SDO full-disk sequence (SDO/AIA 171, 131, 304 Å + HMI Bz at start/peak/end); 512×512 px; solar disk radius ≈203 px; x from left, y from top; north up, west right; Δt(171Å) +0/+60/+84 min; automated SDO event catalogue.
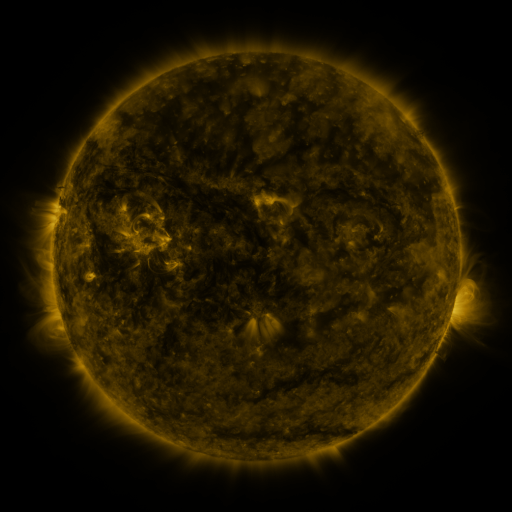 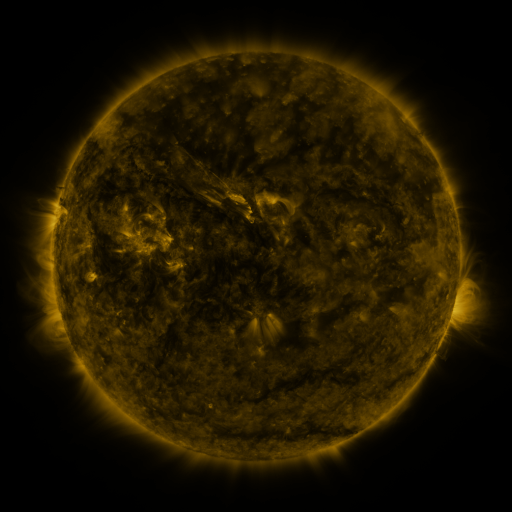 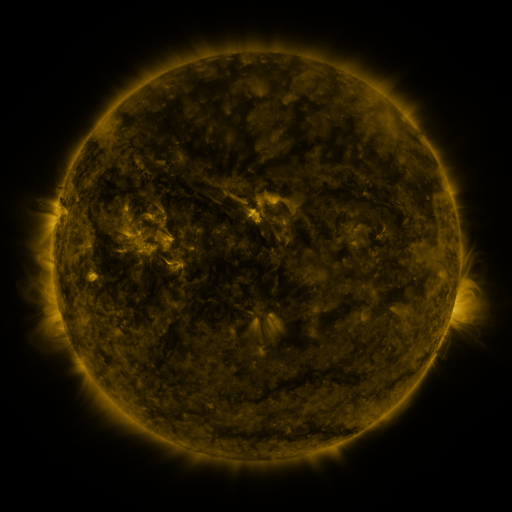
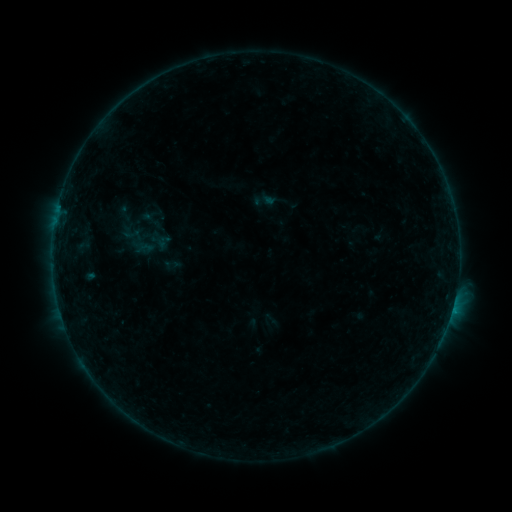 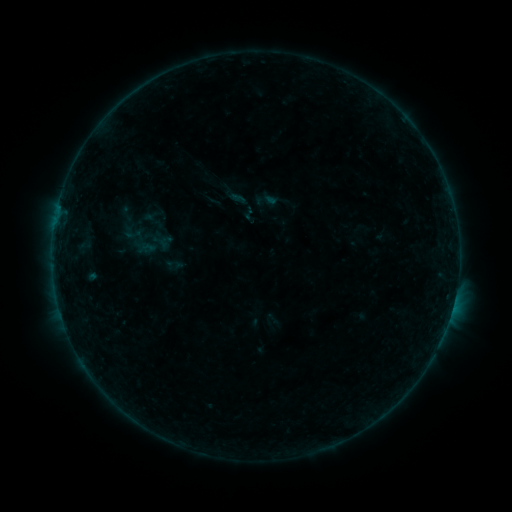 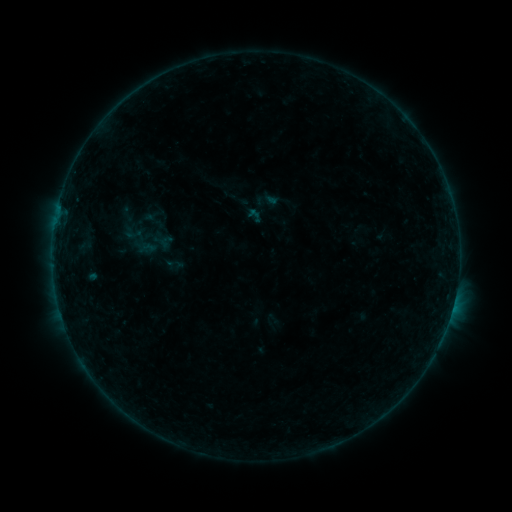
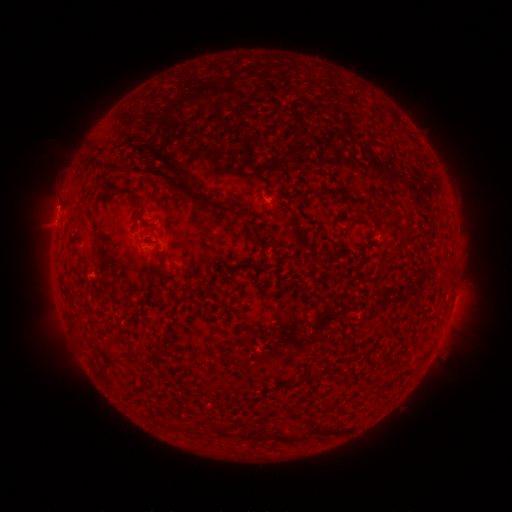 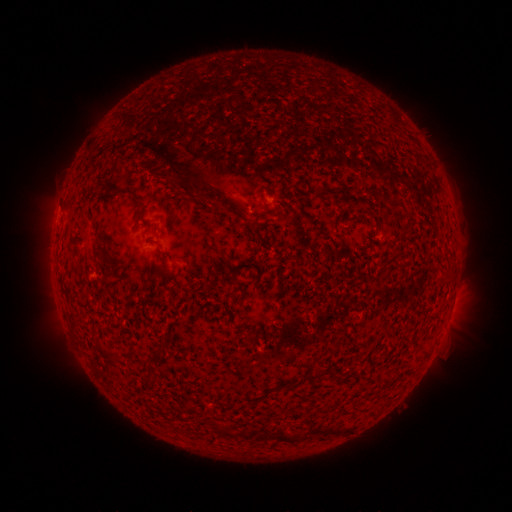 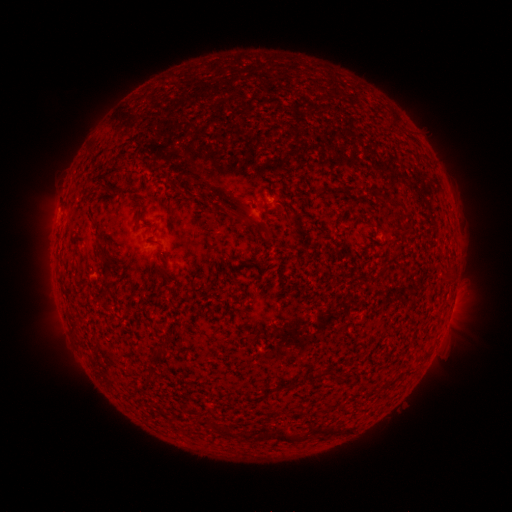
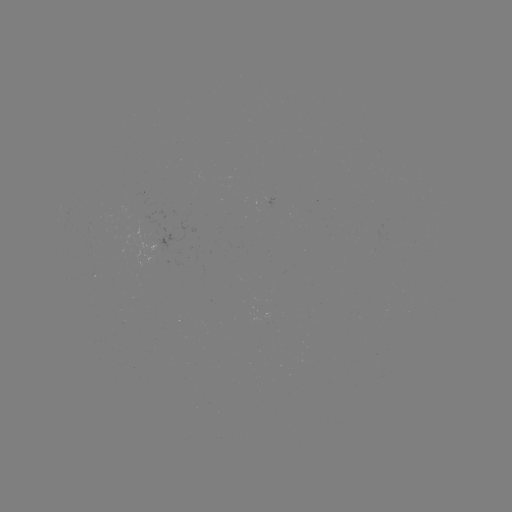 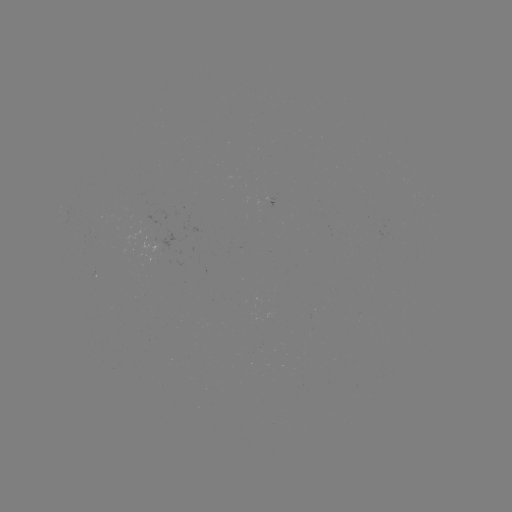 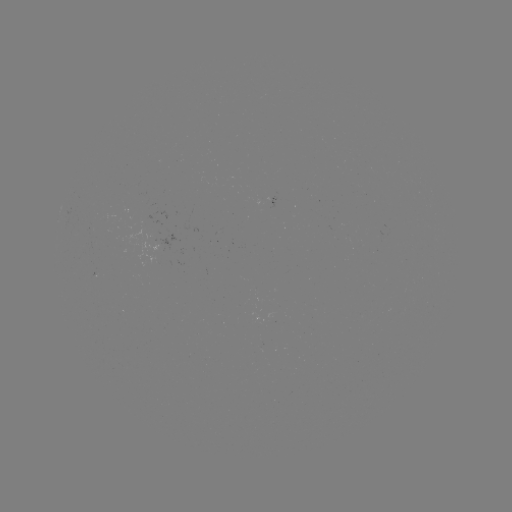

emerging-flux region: (137, 237, 157, 263)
